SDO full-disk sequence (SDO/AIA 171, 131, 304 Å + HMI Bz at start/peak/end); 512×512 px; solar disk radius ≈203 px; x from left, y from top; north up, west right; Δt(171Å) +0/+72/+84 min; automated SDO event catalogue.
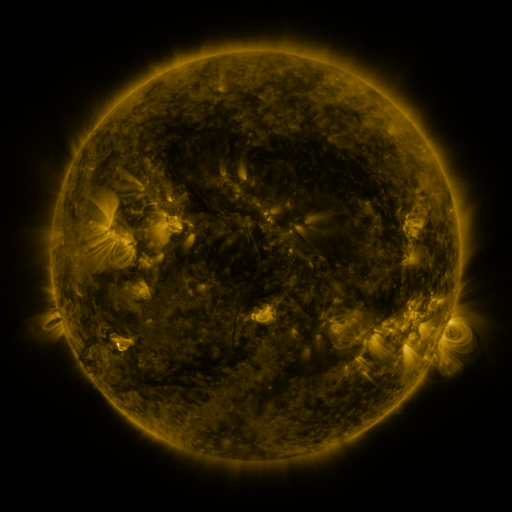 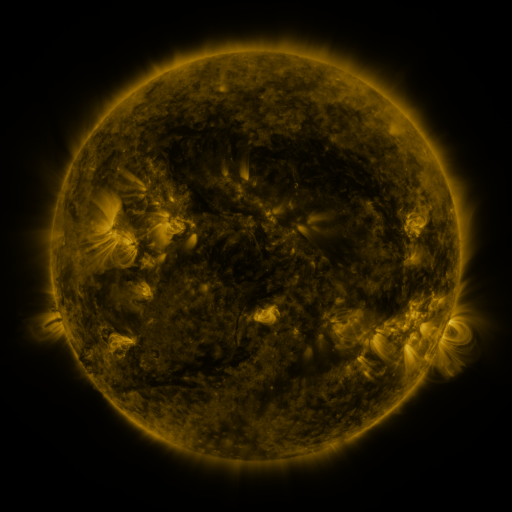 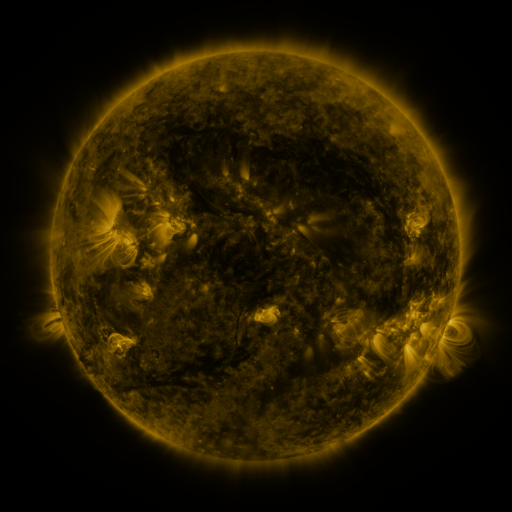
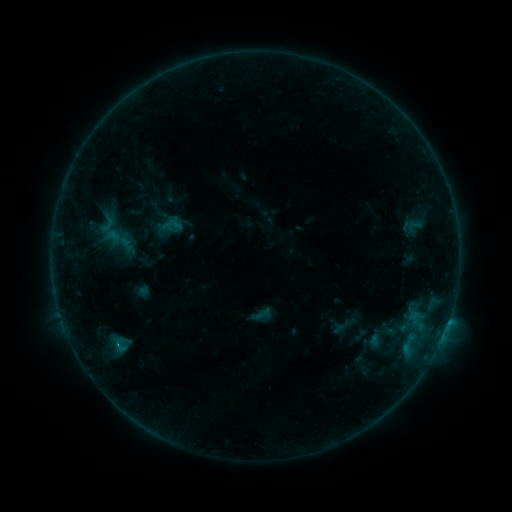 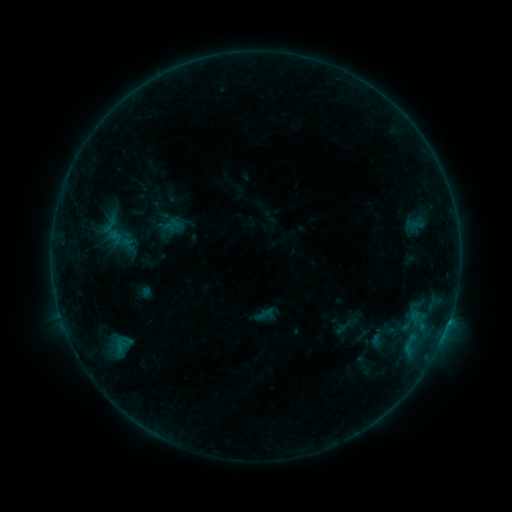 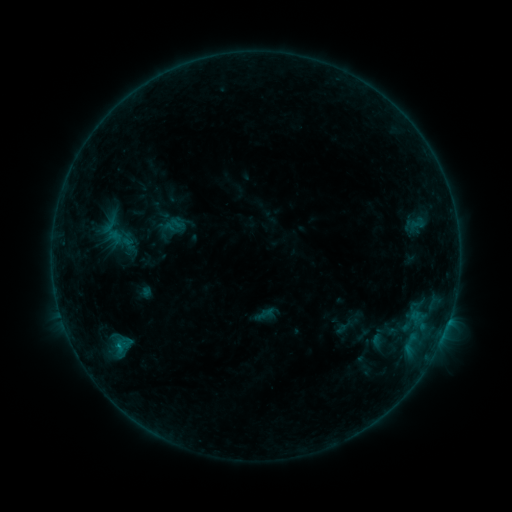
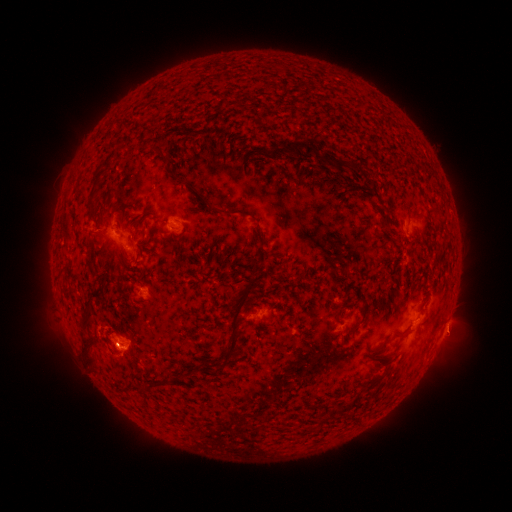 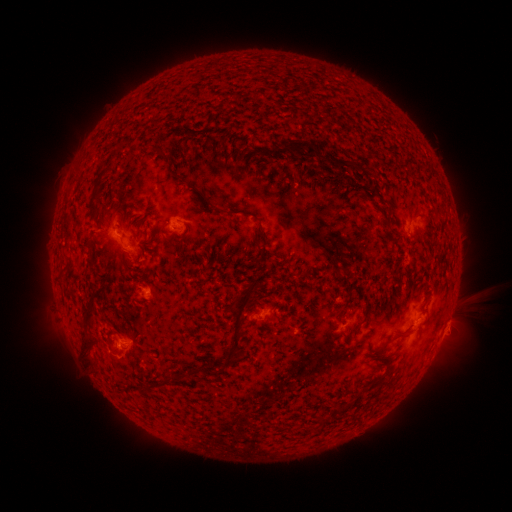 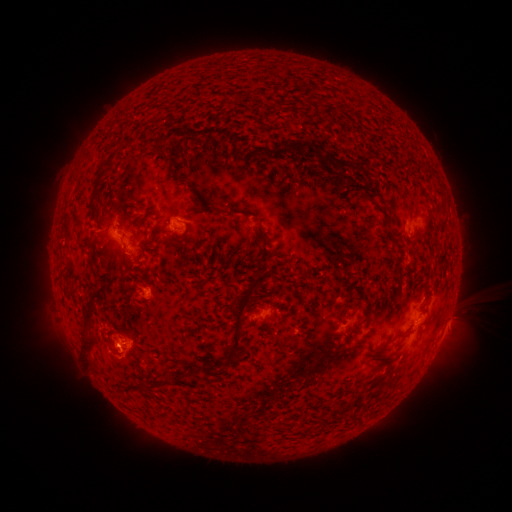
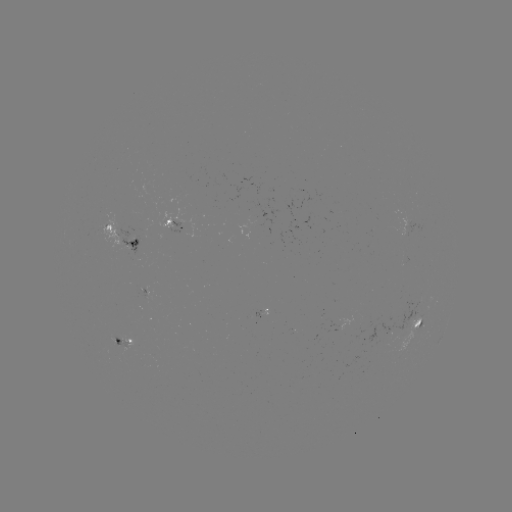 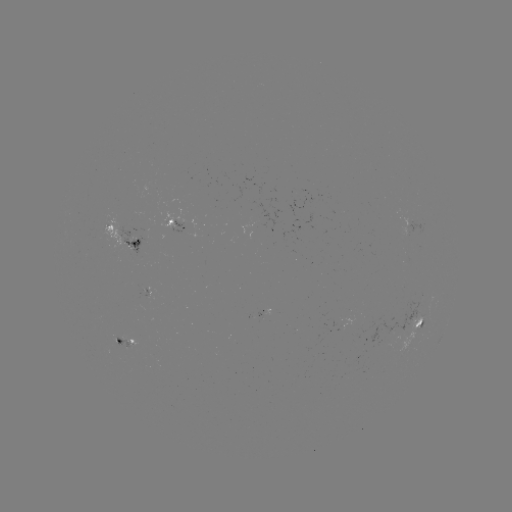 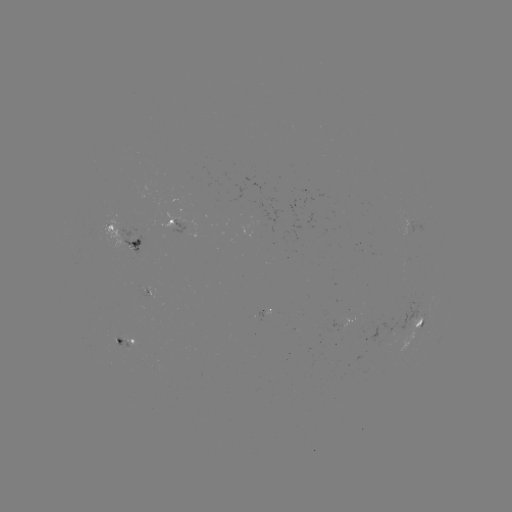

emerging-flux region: (139, 287, 153, 299)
